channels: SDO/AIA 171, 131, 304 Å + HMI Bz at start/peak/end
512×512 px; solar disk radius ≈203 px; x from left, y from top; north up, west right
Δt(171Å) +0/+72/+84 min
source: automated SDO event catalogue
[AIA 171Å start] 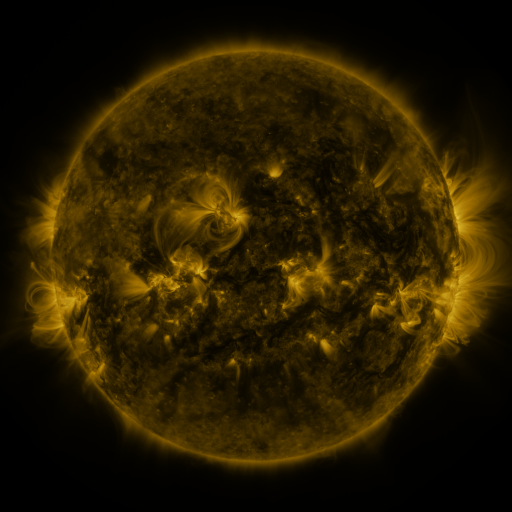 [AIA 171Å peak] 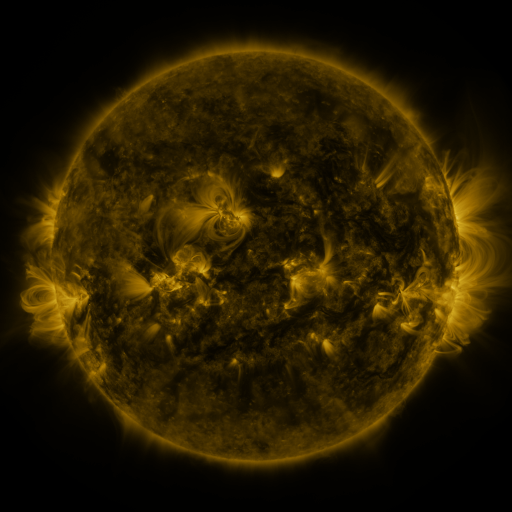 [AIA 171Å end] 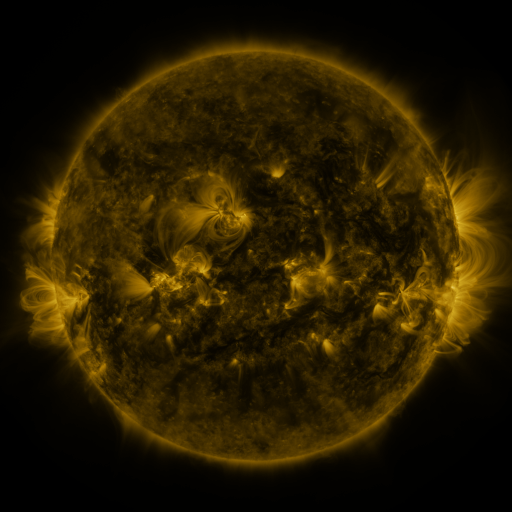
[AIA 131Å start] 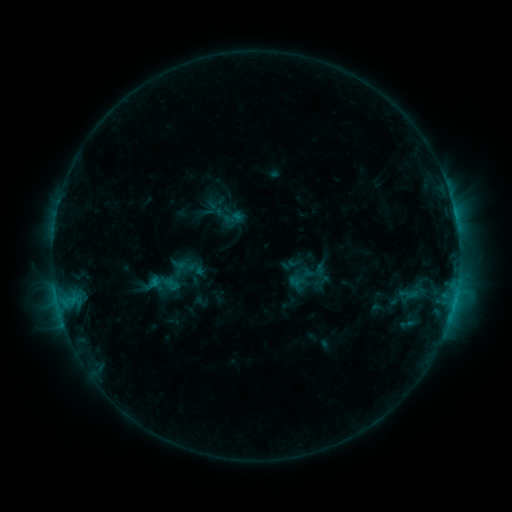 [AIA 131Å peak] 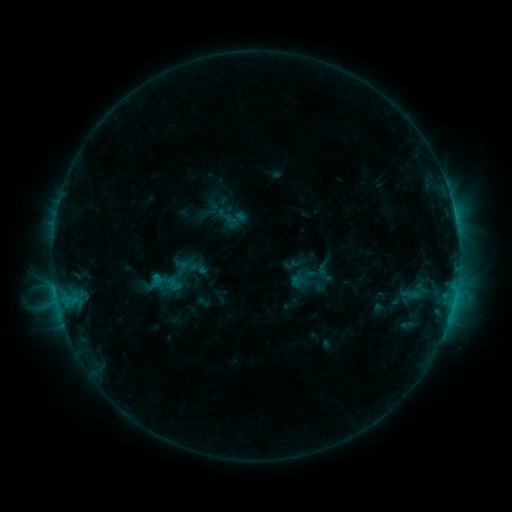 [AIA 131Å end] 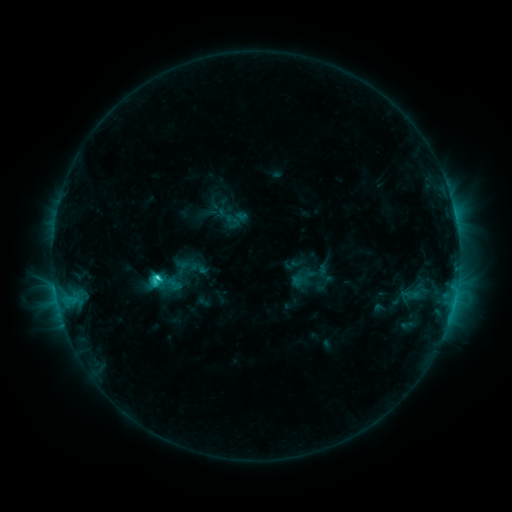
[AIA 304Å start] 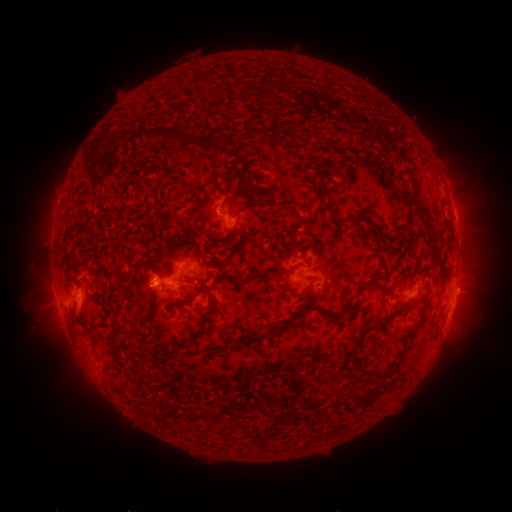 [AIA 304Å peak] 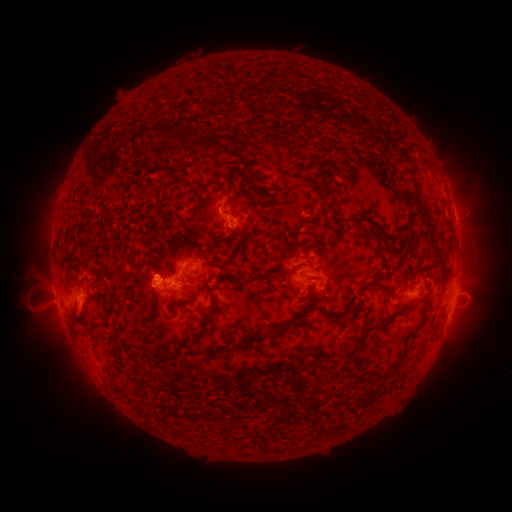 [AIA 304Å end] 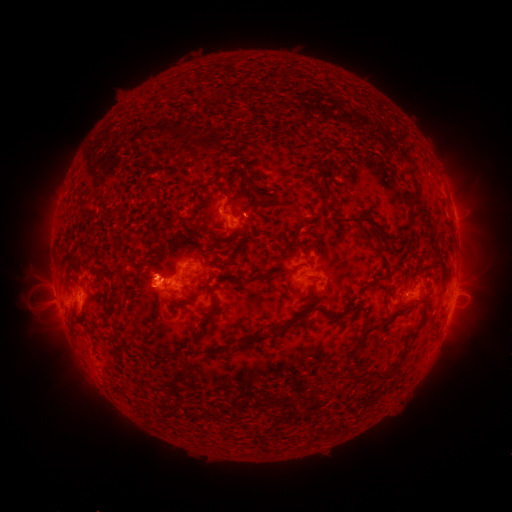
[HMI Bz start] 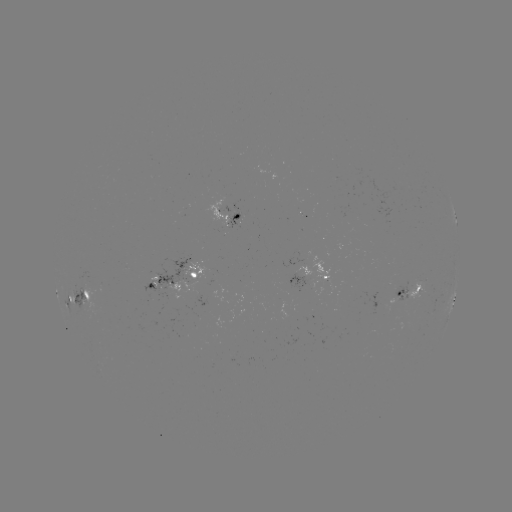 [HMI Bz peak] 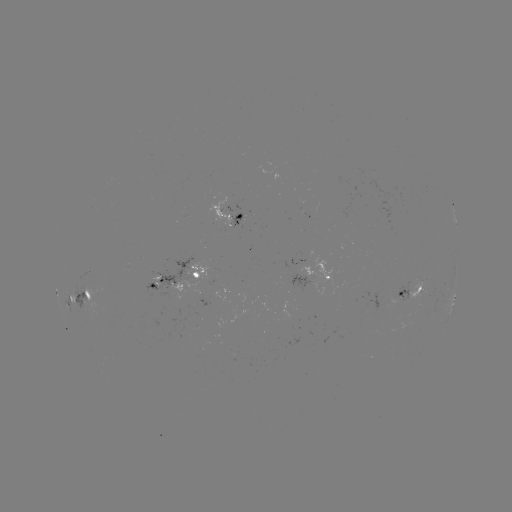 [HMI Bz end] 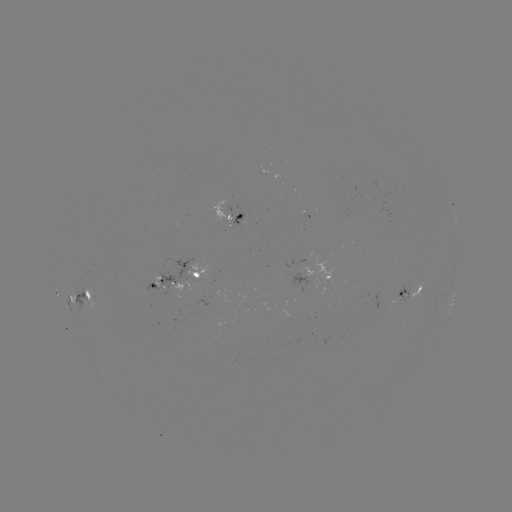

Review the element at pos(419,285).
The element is emerging-flux region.